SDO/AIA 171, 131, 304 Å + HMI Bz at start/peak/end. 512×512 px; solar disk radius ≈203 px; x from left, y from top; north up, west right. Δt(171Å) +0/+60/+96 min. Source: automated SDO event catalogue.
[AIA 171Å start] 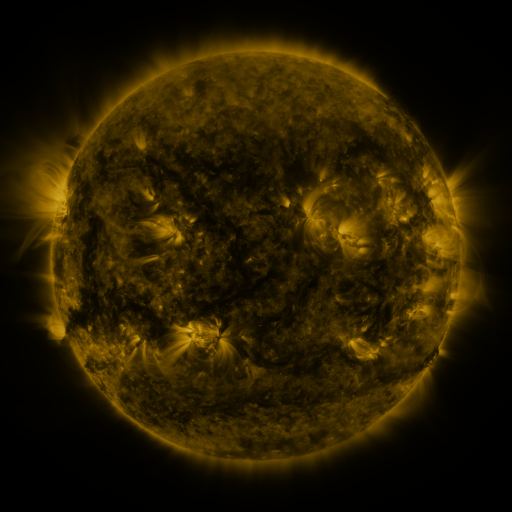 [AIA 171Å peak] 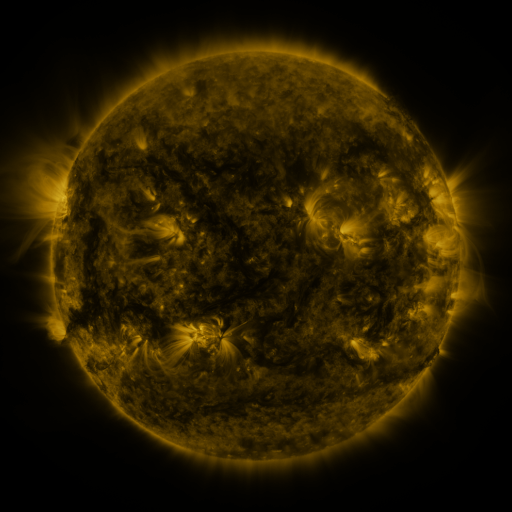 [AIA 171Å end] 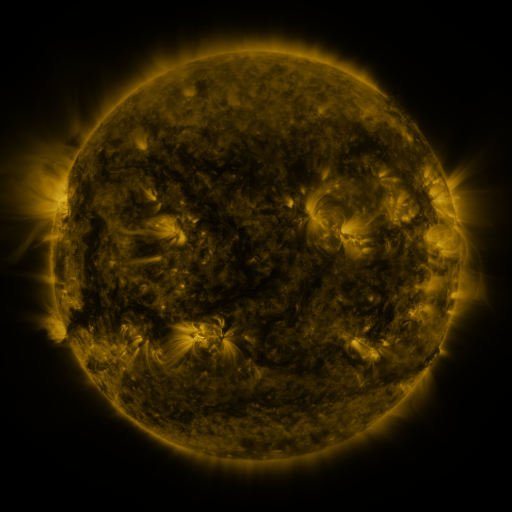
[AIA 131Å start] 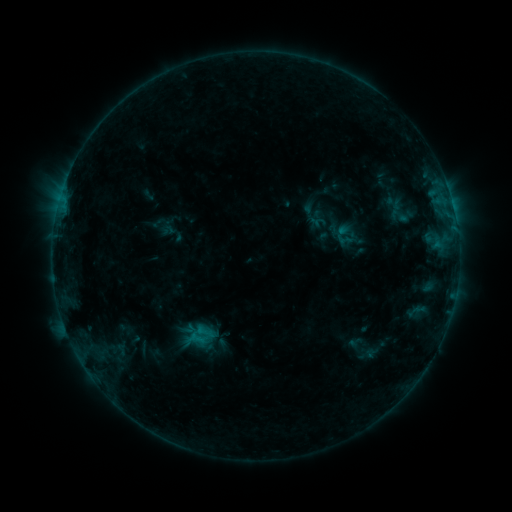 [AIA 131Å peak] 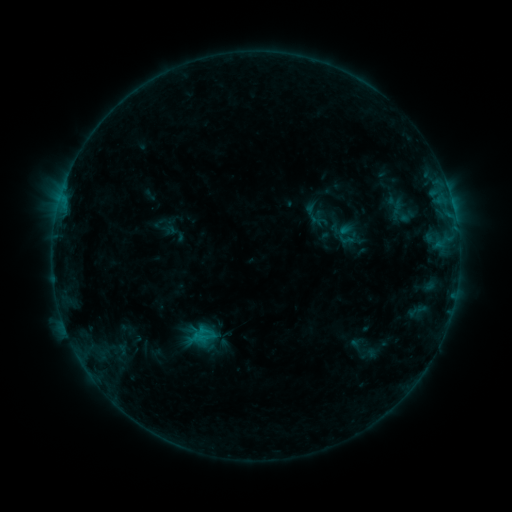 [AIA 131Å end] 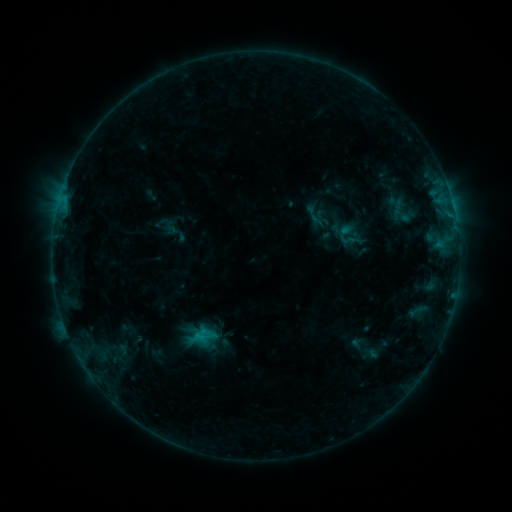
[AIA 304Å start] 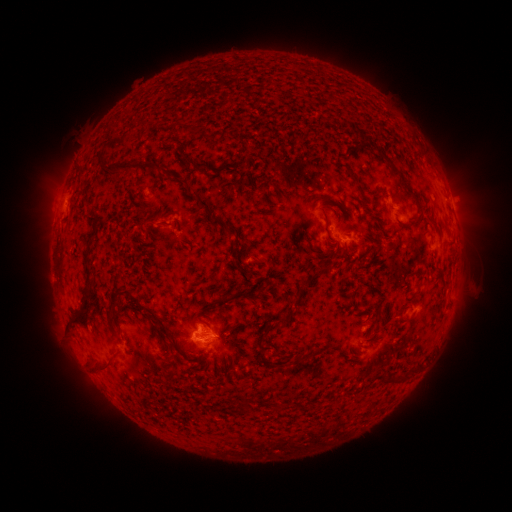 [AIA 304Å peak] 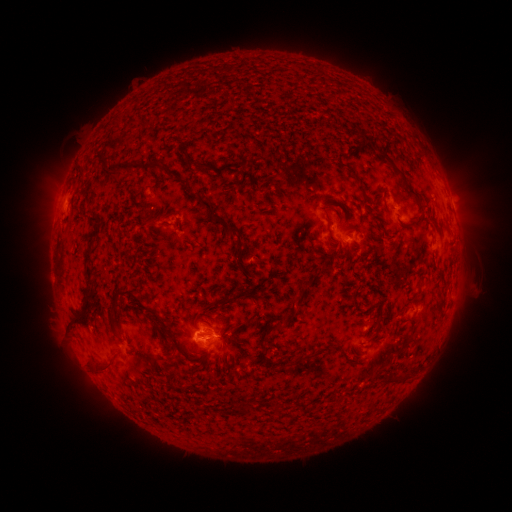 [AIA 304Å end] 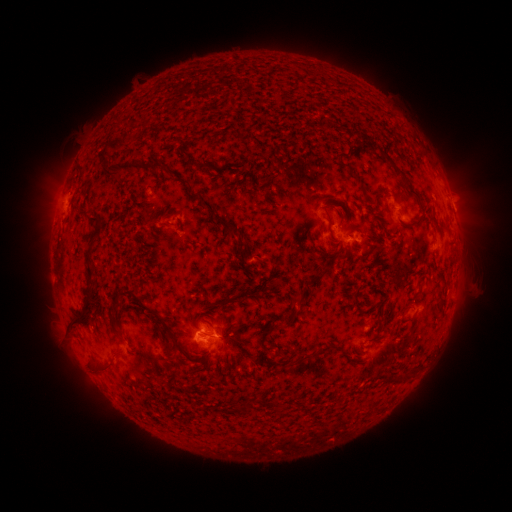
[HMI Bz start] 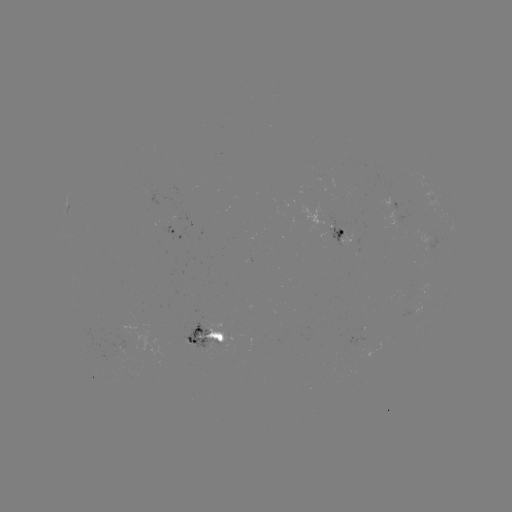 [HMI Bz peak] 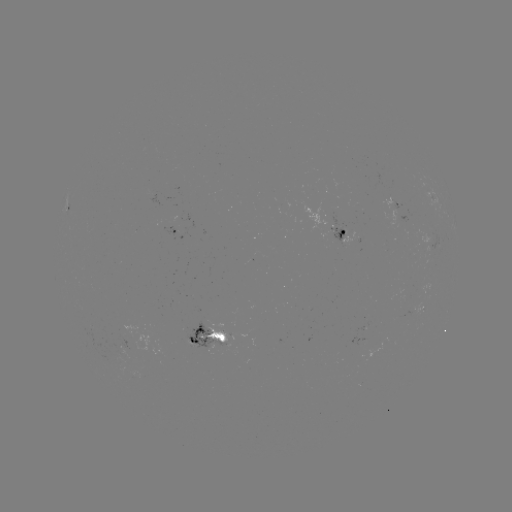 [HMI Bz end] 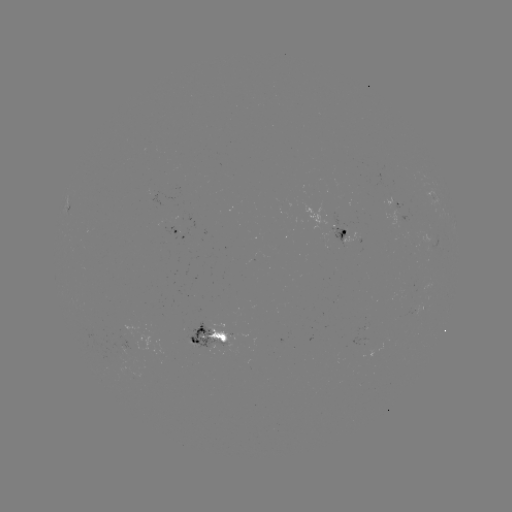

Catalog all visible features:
emerging-flux region: (205, 340)
